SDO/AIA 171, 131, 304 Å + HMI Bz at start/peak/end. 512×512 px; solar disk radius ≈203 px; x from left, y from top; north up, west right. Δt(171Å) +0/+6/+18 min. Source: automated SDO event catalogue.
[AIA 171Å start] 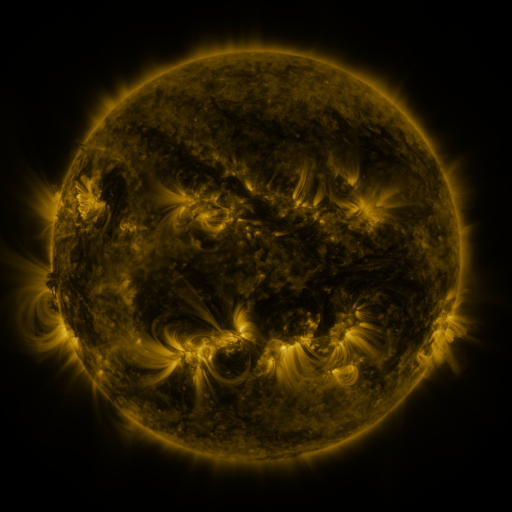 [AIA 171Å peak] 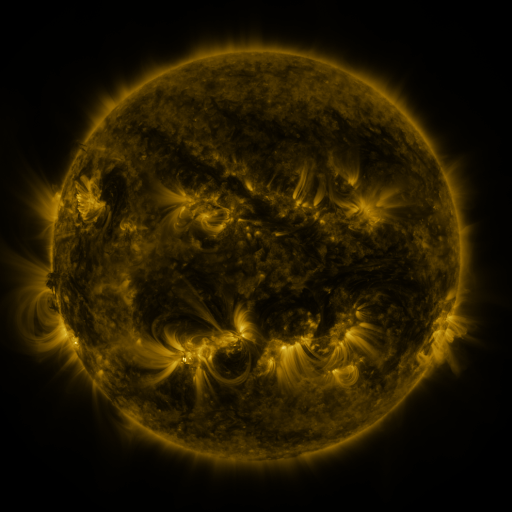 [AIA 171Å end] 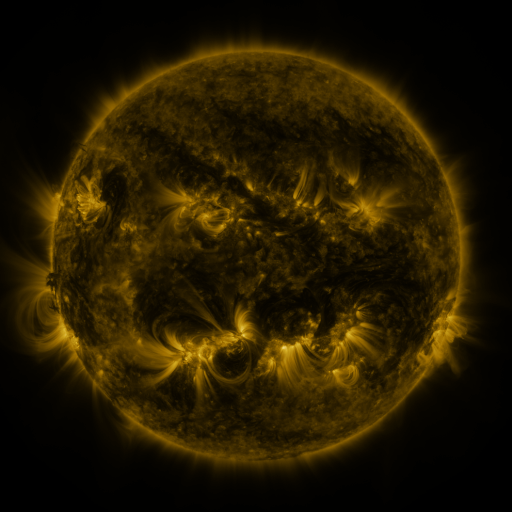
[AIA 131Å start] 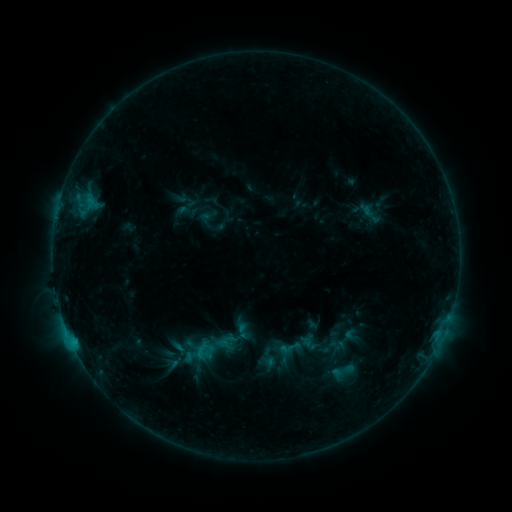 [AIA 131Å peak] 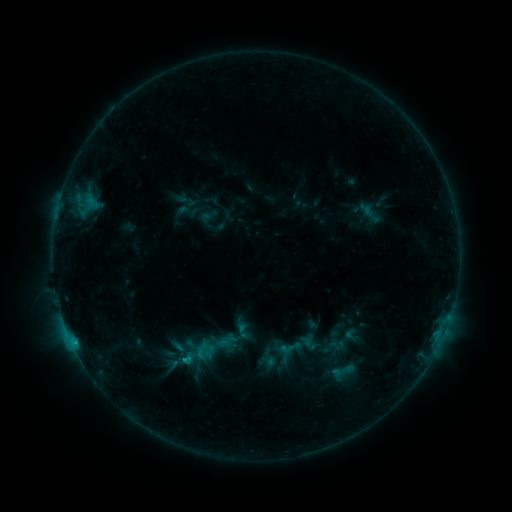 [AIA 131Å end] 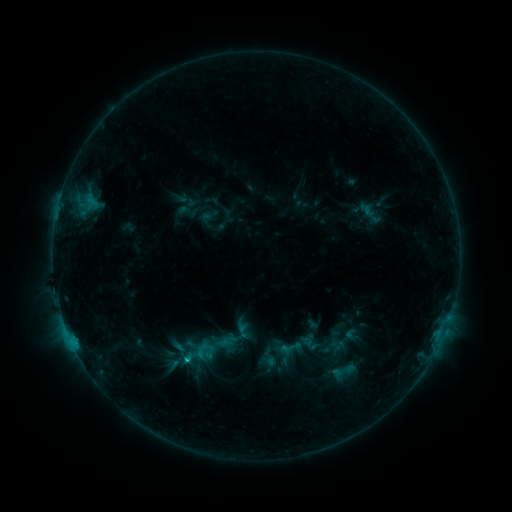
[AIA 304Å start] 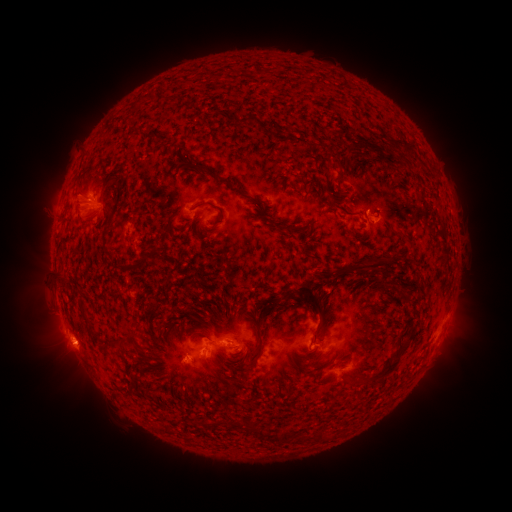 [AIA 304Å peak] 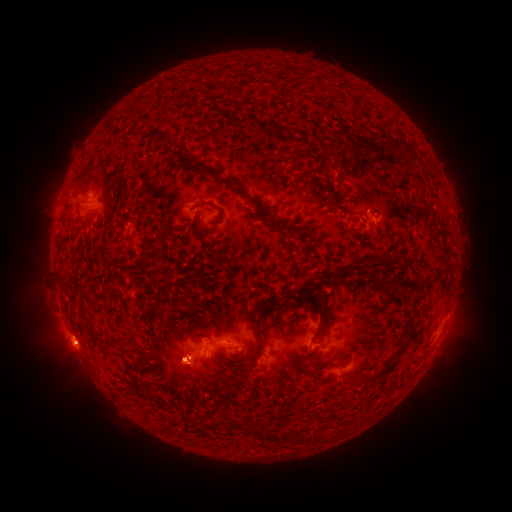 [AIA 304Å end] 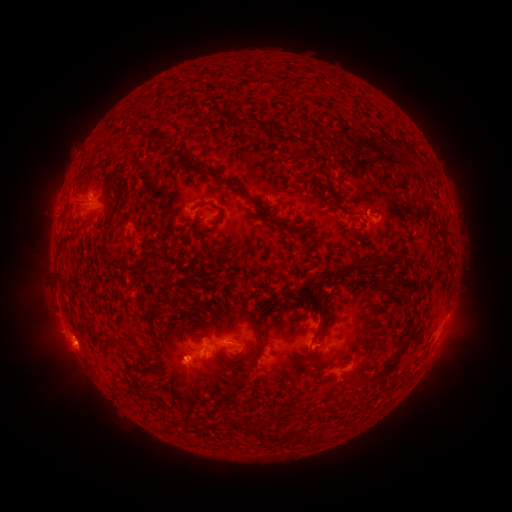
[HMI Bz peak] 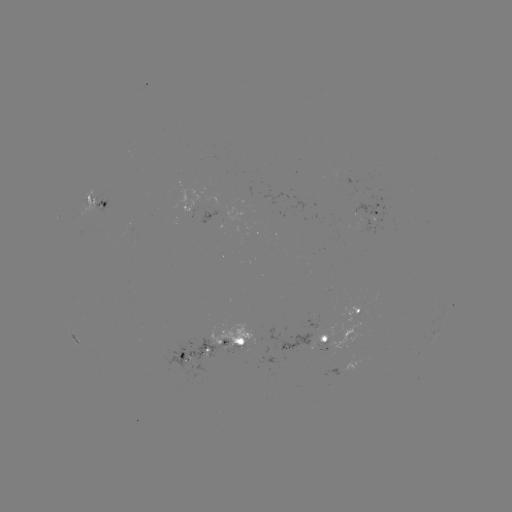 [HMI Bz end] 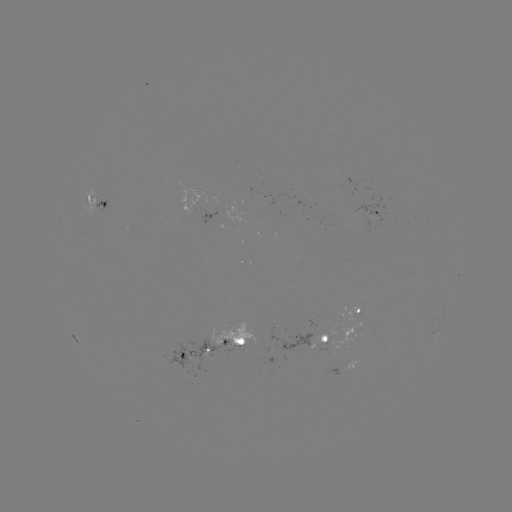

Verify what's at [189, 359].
C1.6 flare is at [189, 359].